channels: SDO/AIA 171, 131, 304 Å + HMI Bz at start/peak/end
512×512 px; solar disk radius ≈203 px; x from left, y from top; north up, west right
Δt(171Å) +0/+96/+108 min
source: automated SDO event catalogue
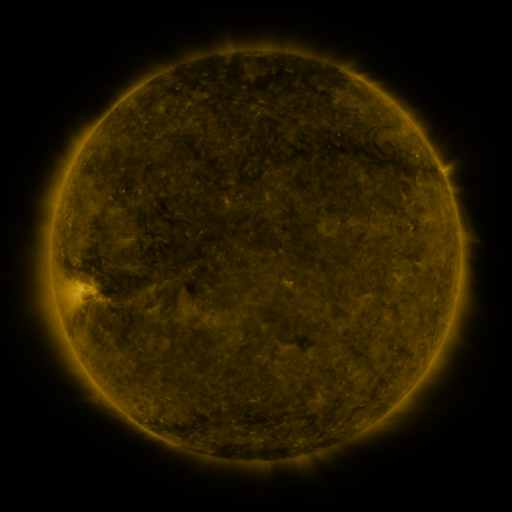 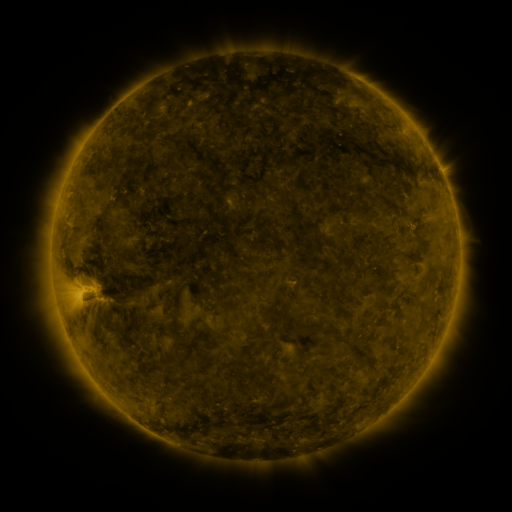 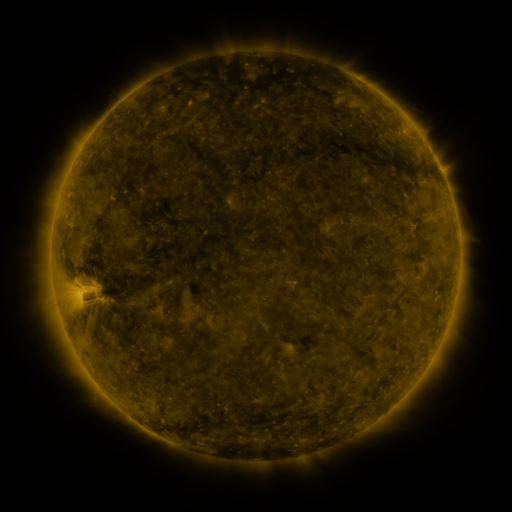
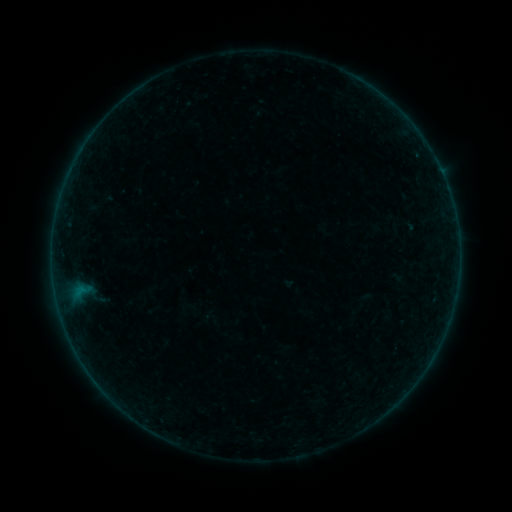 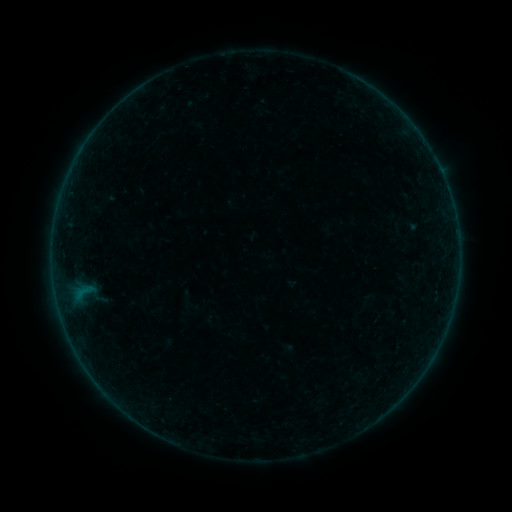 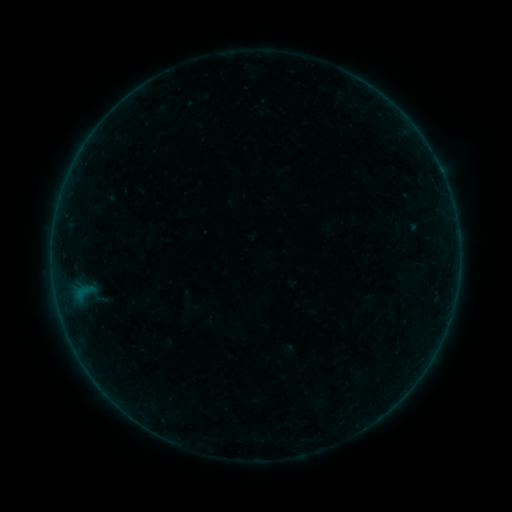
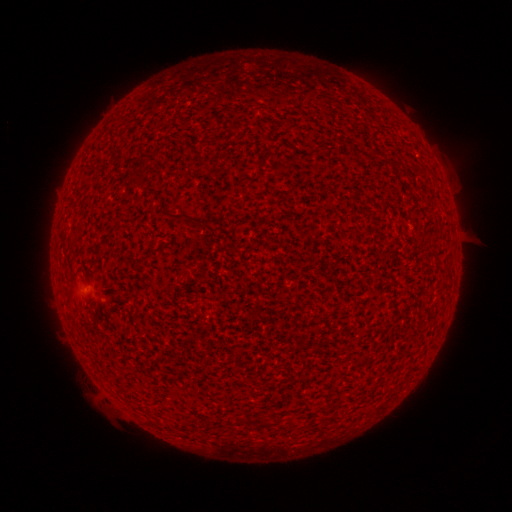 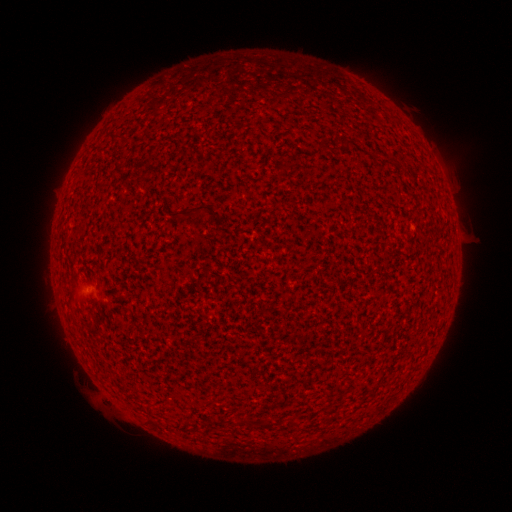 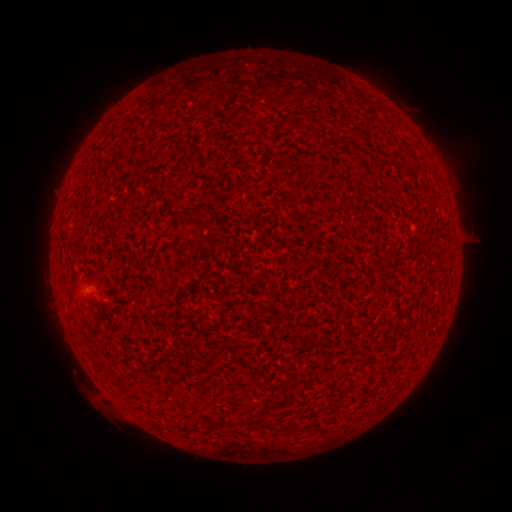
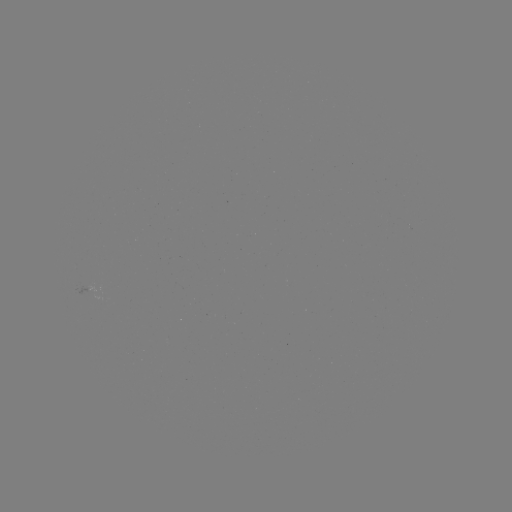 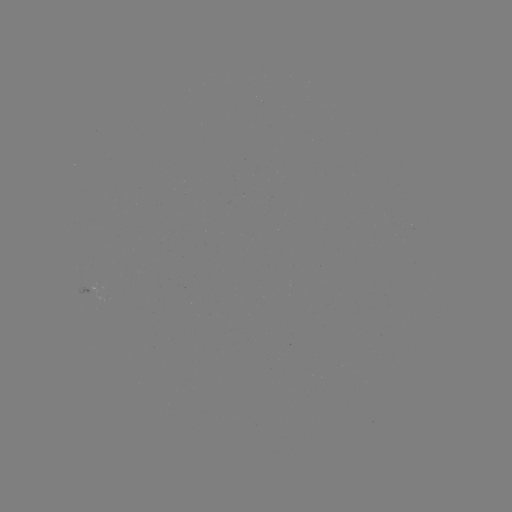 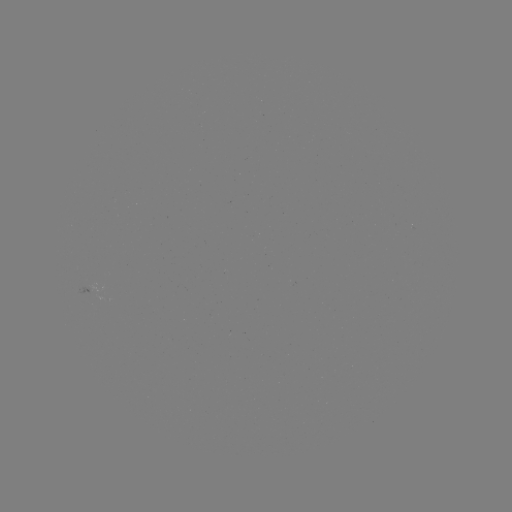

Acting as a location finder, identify emerging-flux region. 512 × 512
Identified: [93, 292].